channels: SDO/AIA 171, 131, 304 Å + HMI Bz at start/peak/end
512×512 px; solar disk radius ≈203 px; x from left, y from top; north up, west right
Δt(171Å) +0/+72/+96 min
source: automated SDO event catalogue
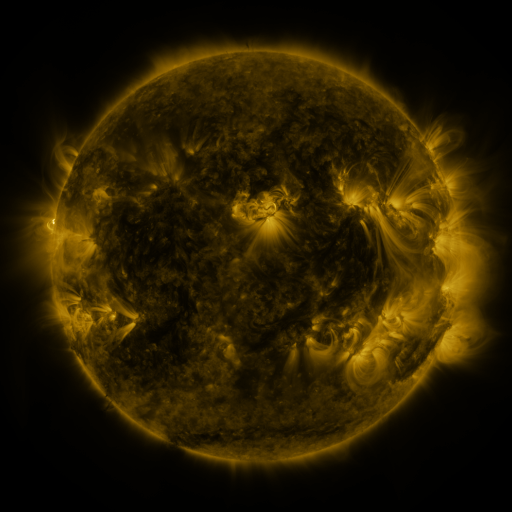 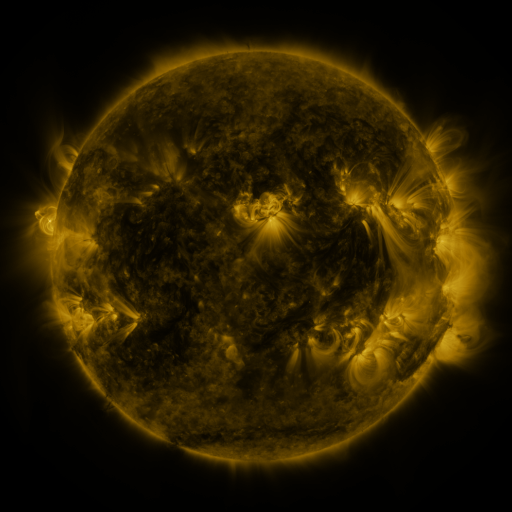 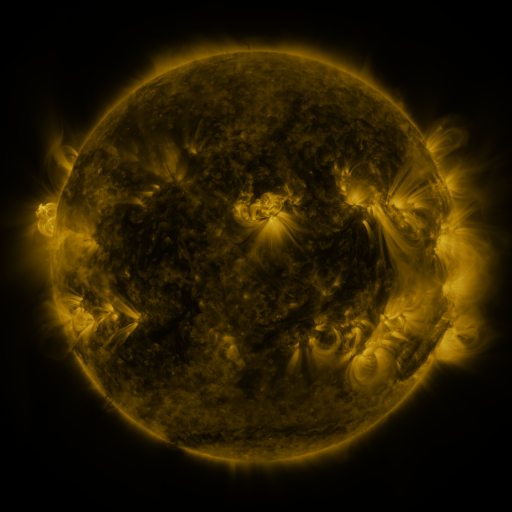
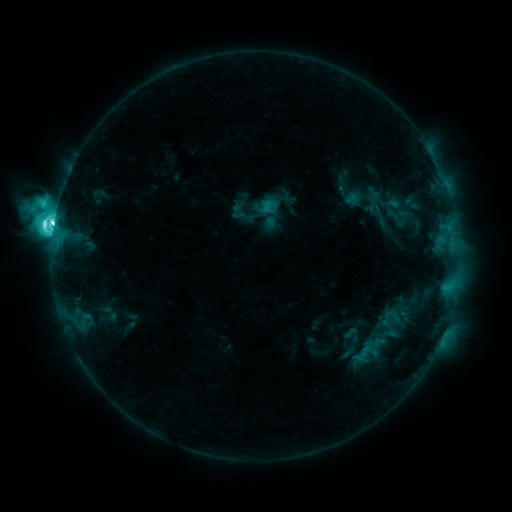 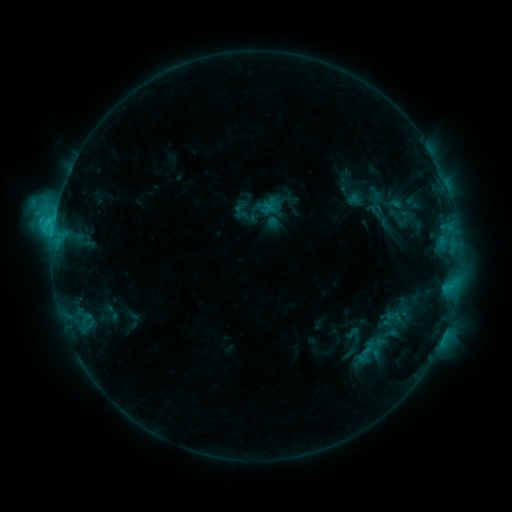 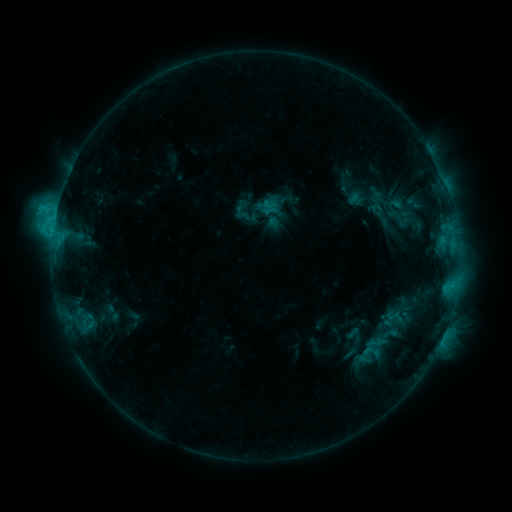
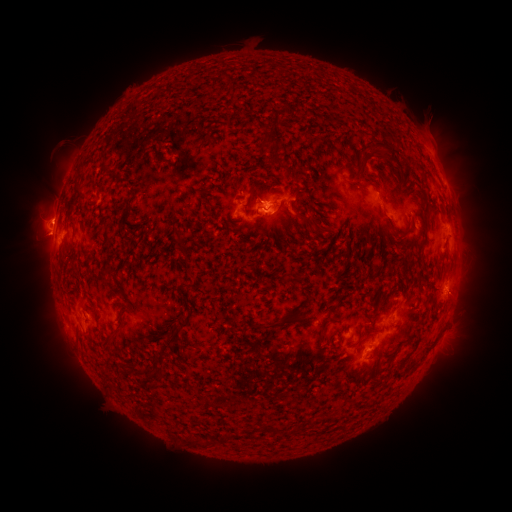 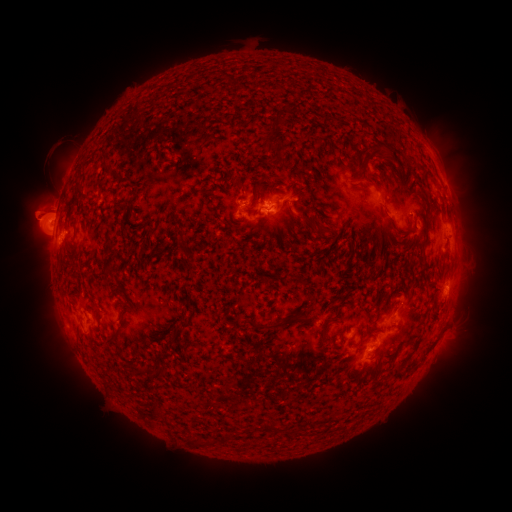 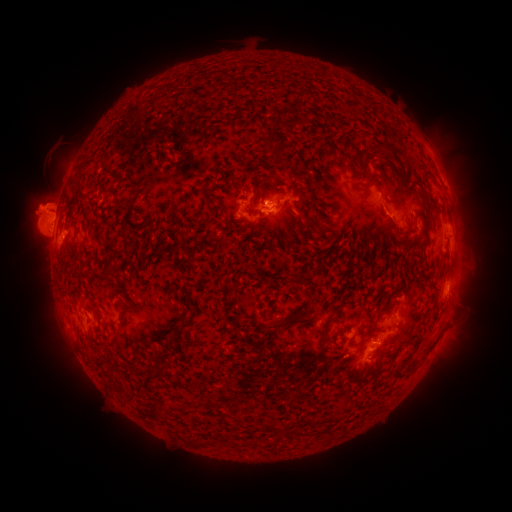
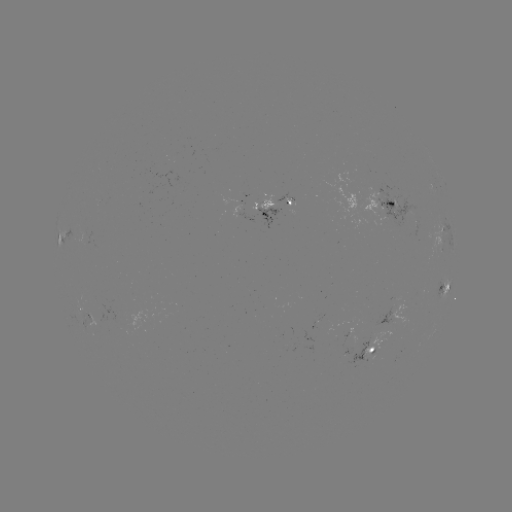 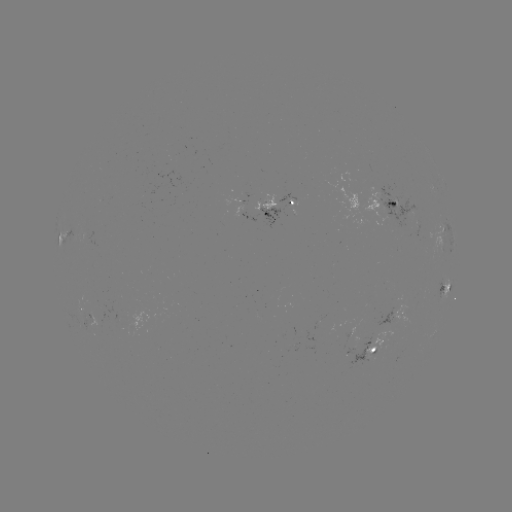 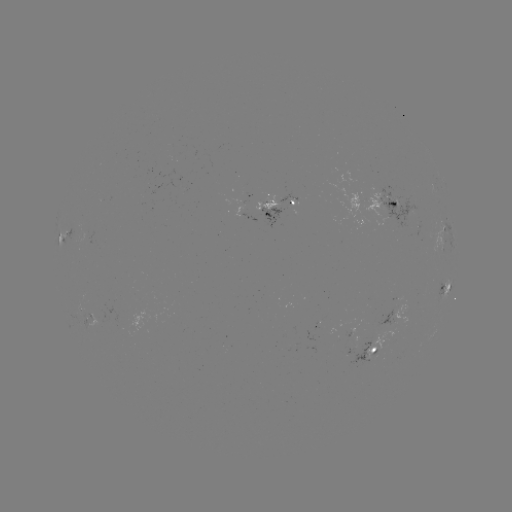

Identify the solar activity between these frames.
emerging-flux region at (394, 201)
